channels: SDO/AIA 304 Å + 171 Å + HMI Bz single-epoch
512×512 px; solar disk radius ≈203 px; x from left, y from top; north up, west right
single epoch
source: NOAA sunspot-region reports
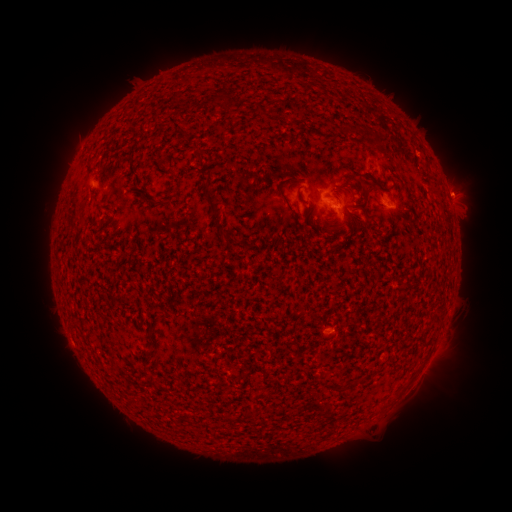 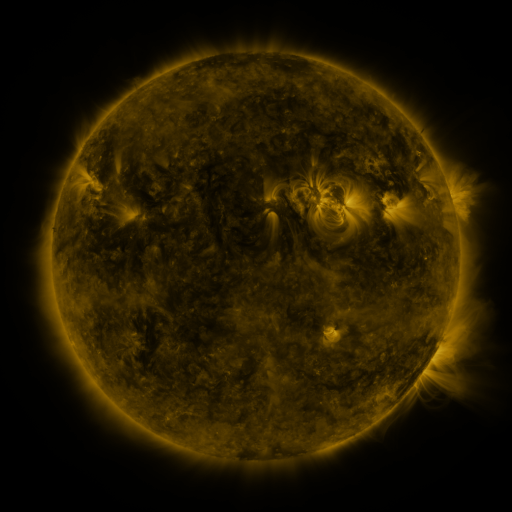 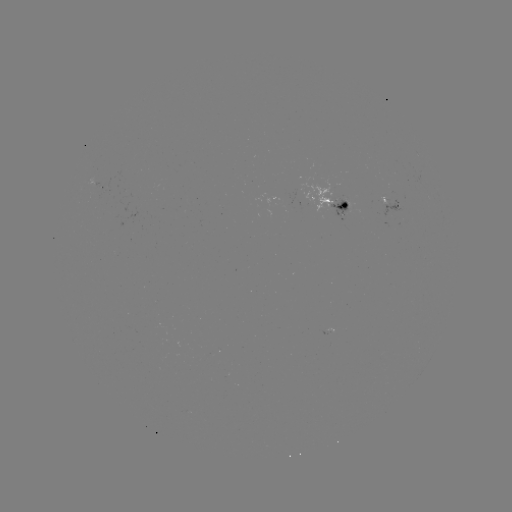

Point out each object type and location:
spotted active region: (102, 189)
spotted active region: (332, 200)
spotted active region: (392, 206)
